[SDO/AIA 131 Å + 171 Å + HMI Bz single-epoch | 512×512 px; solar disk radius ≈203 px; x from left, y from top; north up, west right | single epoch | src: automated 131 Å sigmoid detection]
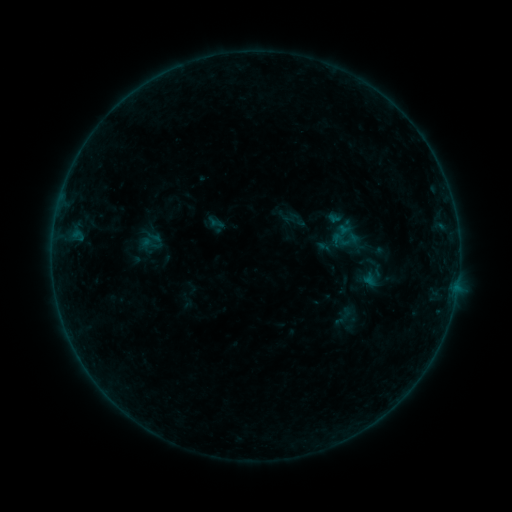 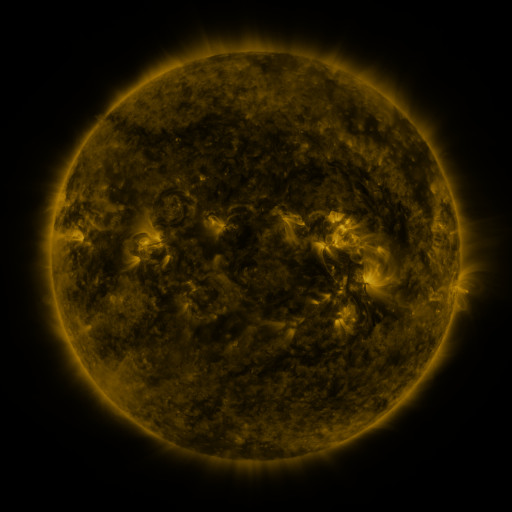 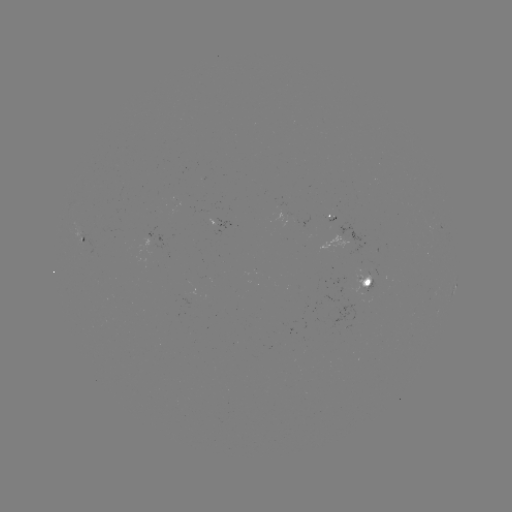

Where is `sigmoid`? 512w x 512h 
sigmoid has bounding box [139, 232, 162, 255].